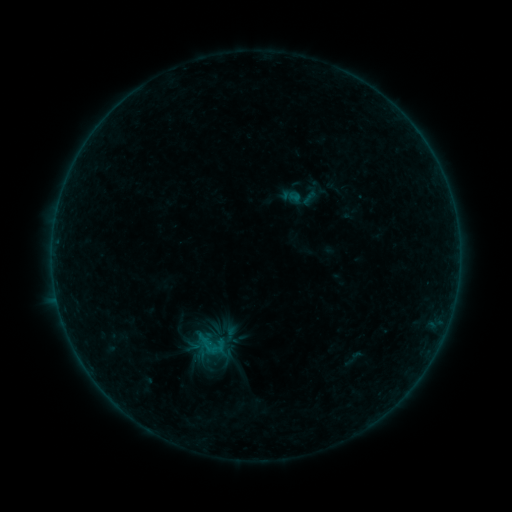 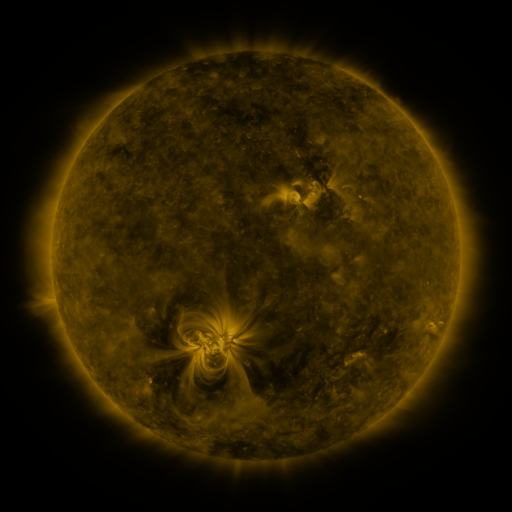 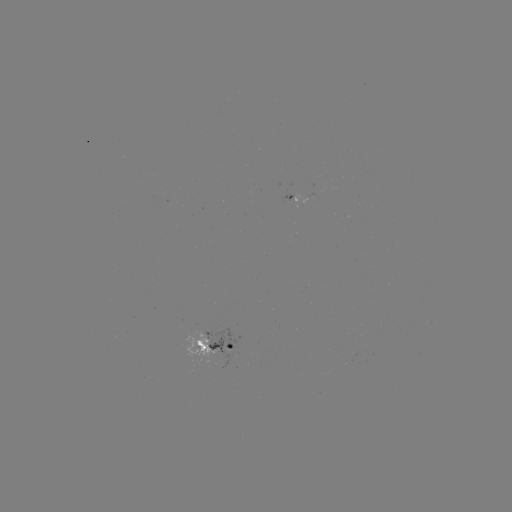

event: sigmoid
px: (302, 196)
